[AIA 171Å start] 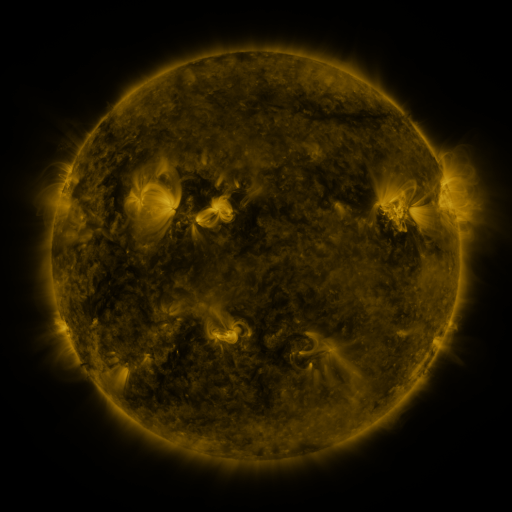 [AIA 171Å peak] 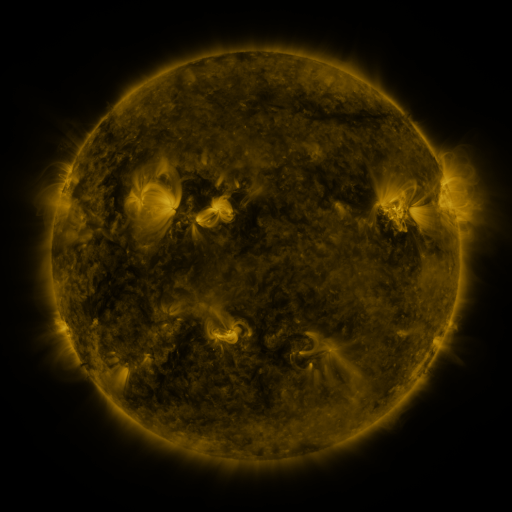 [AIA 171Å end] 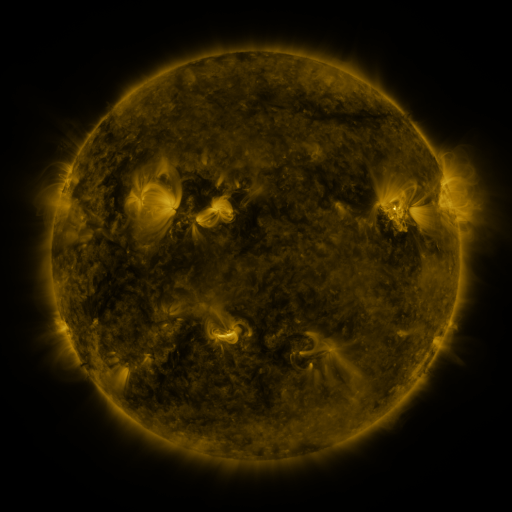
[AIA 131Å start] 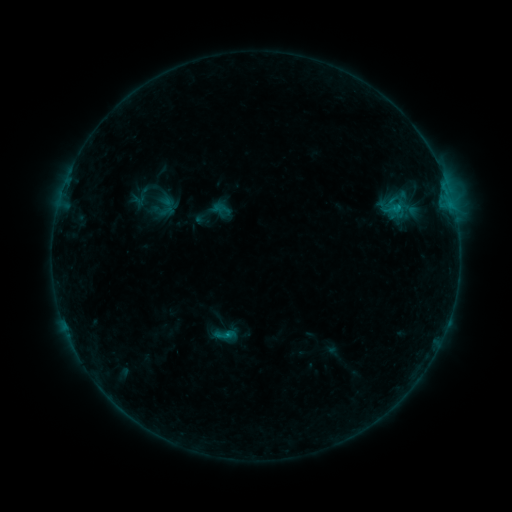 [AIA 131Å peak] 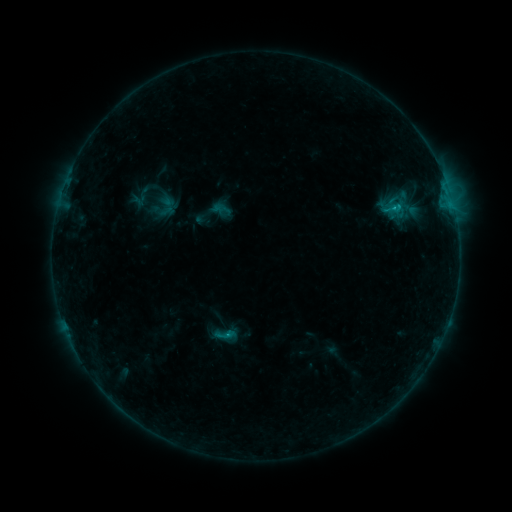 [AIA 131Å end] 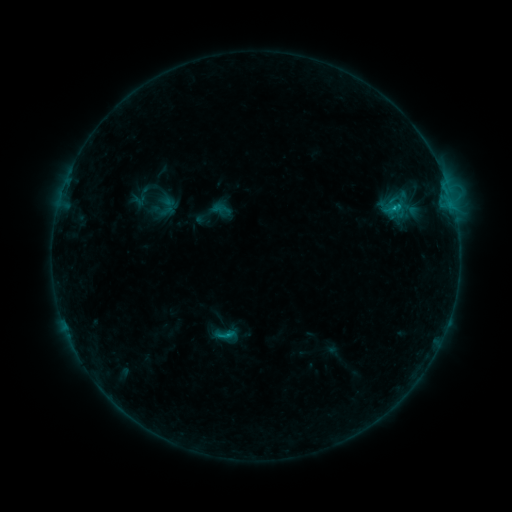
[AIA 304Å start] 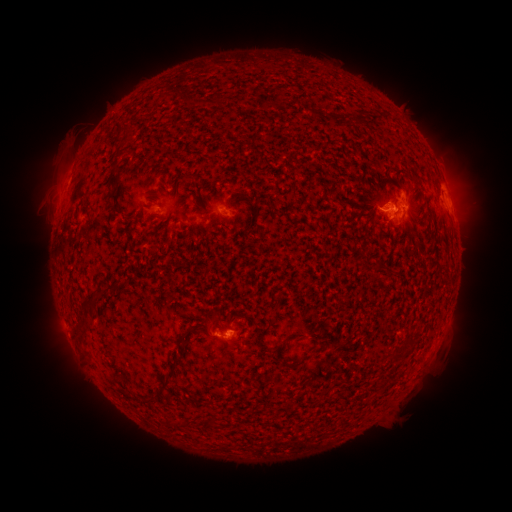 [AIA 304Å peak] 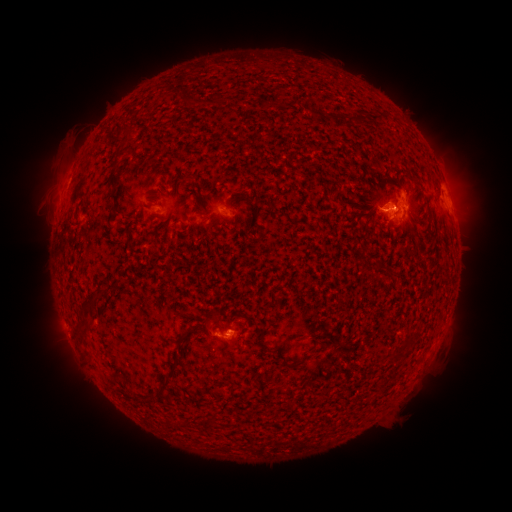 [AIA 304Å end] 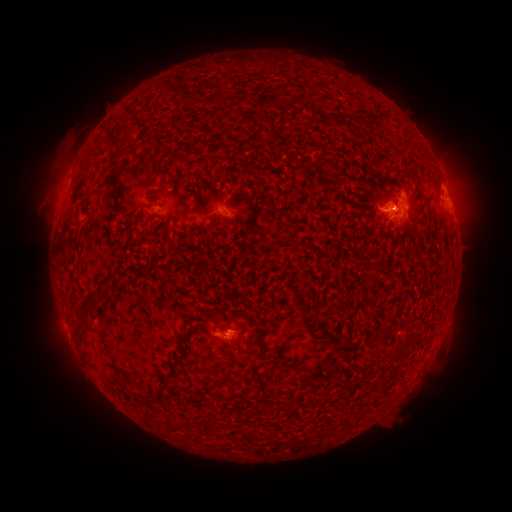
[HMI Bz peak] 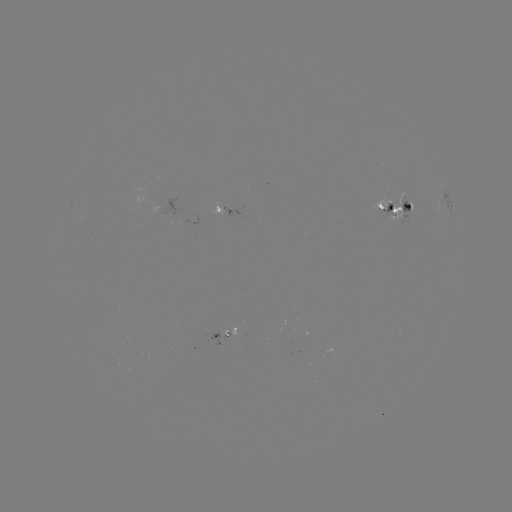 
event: flare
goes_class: C2.1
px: (393, 208)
